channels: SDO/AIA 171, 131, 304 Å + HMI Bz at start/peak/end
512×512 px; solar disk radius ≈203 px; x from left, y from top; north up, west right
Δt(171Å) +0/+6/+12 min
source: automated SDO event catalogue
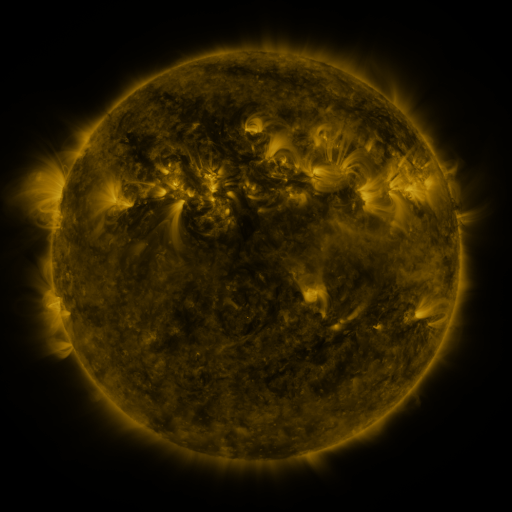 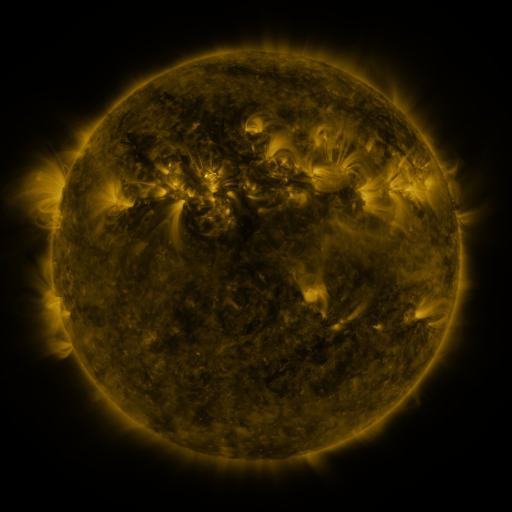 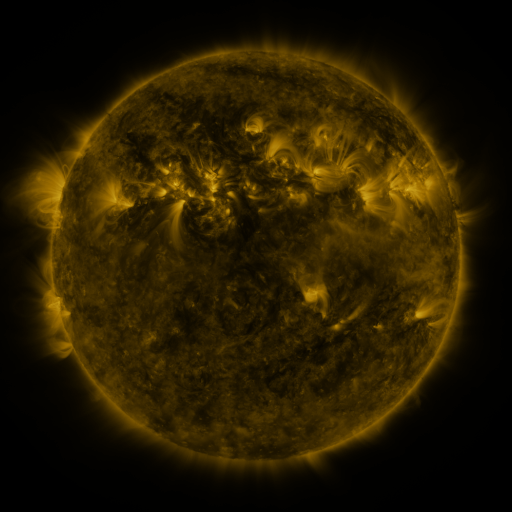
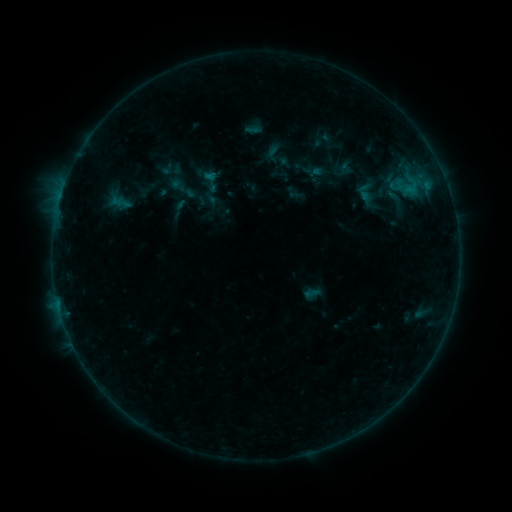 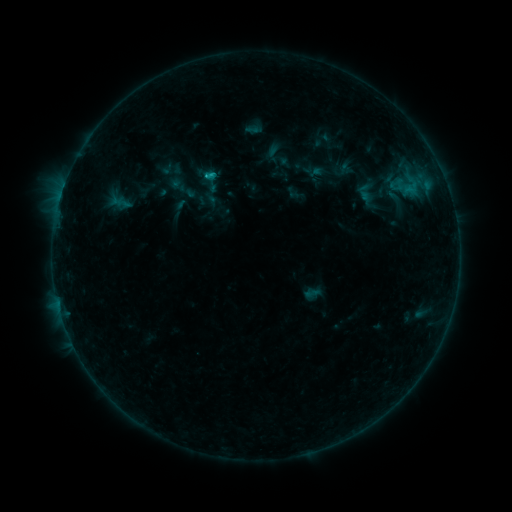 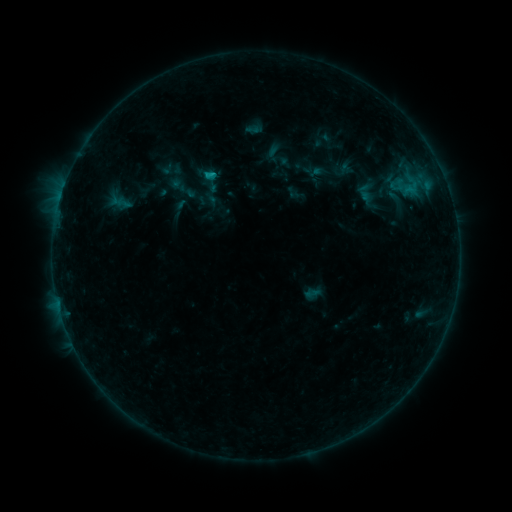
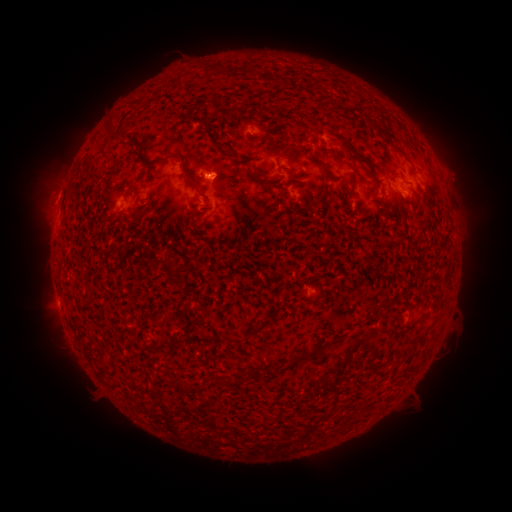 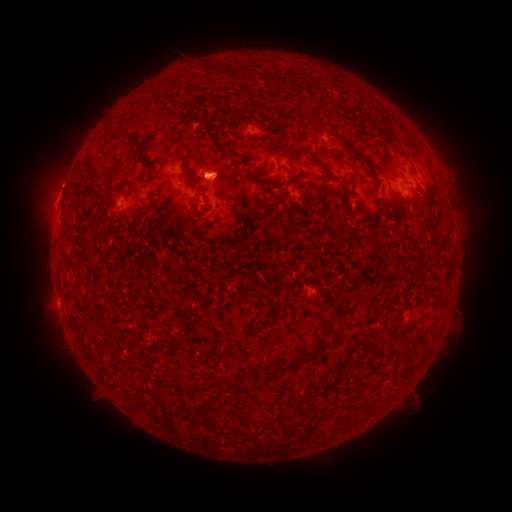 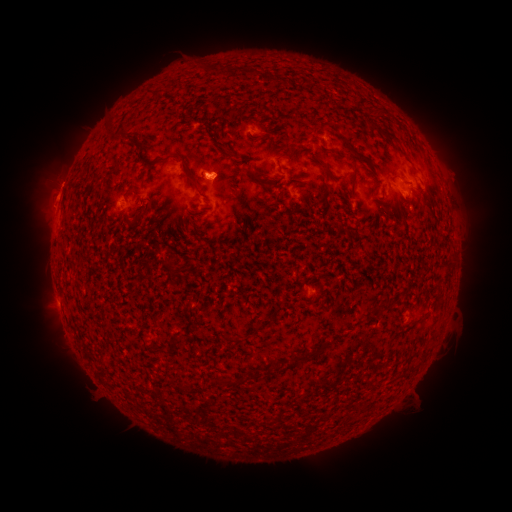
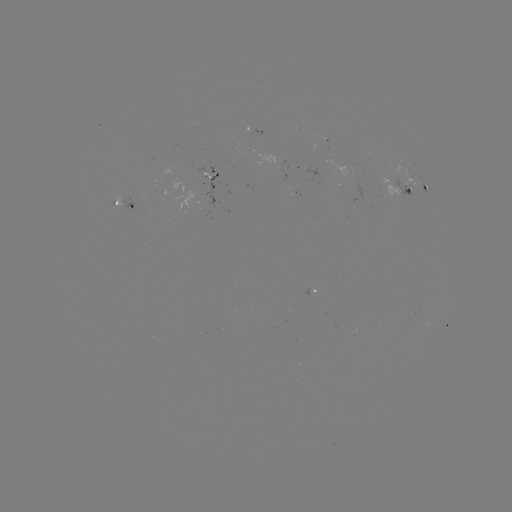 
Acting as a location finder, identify B7.1 flare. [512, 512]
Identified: [209, 178].